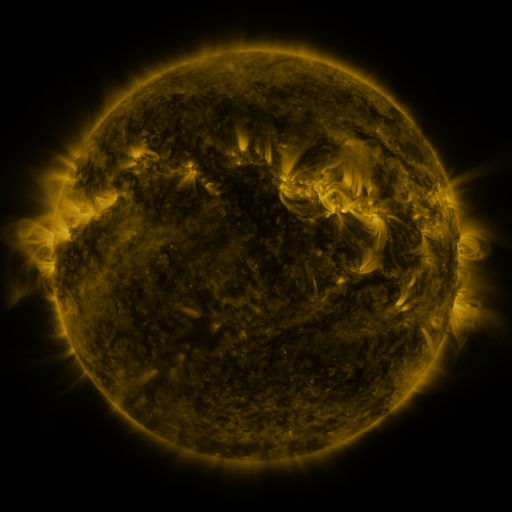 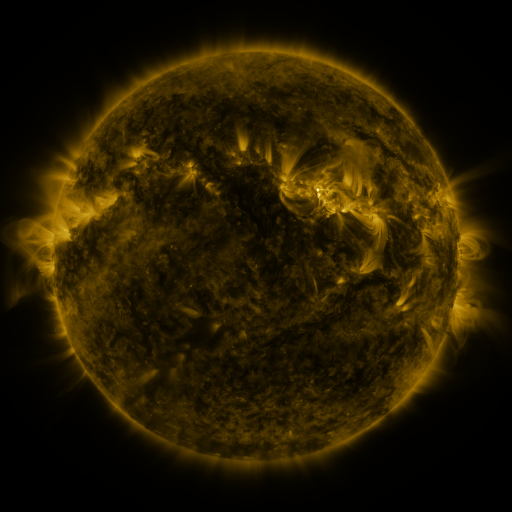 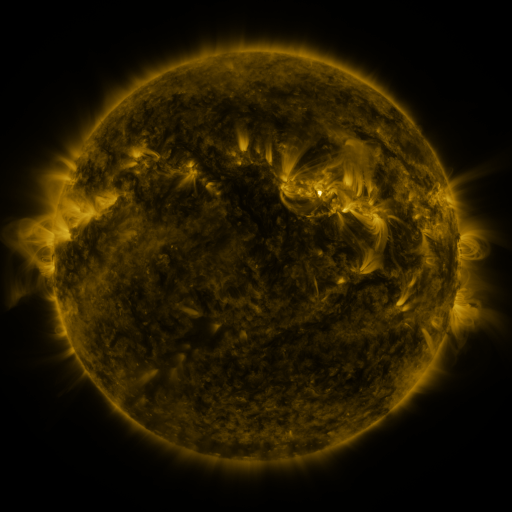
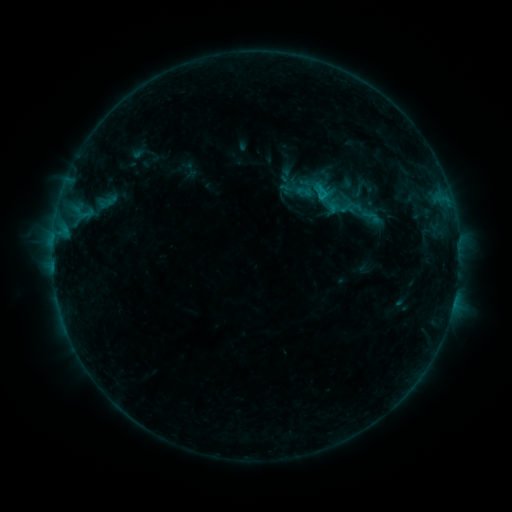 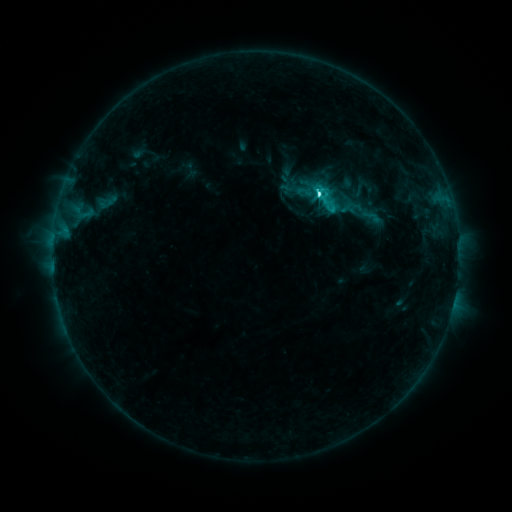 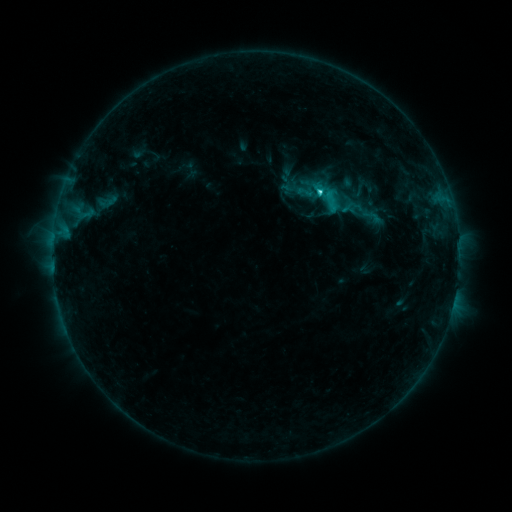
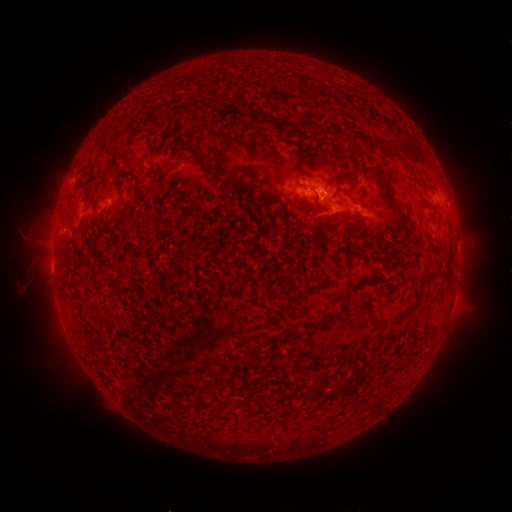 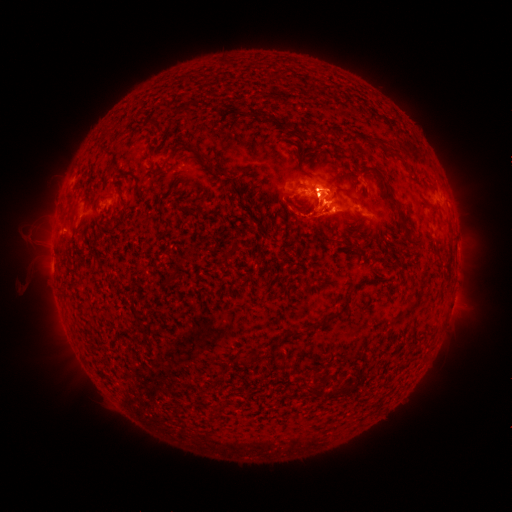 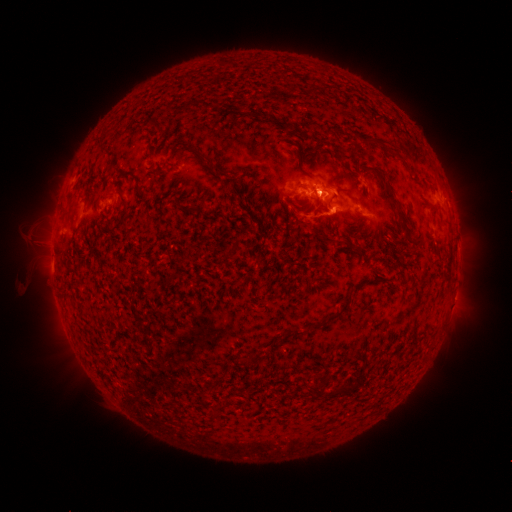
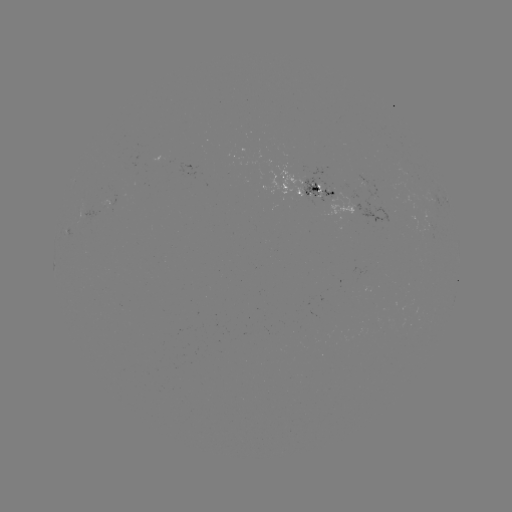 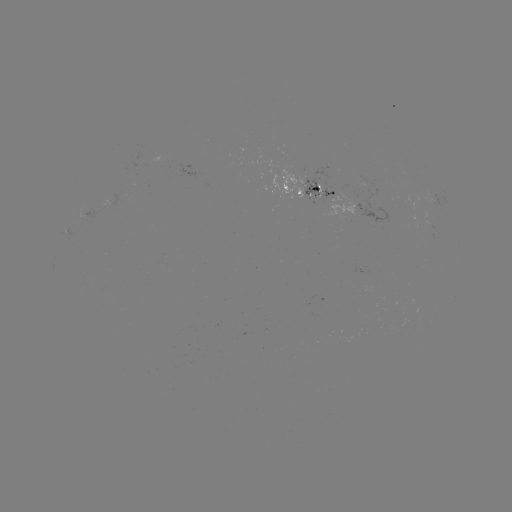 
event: eruption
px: (328, 199)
